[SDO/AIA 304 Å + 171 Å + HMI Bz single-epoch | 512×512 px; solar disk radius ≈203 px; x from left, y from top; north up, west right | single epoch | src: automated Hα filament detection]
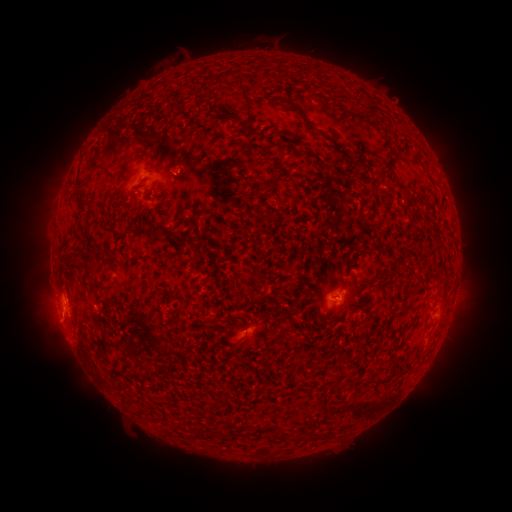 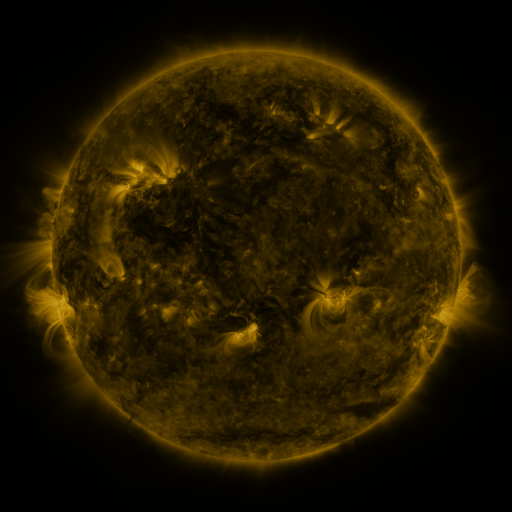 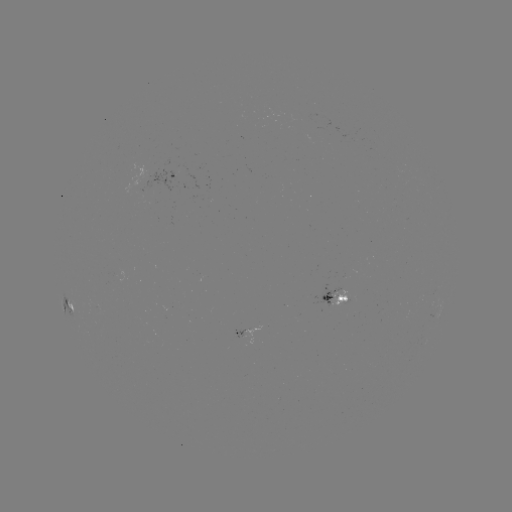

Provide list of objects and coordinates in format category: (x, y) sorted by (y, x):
filament: (300, 111)
filament: (91, 163)
filament: (82, 201)
filament: (161, 234)
filament: (77, 253)
filament: (318, 253)
filament: (195, 261)
filament: (88, 264)
filament: (109, 279)
filament: (372, 381)
filament: (220, 399)
